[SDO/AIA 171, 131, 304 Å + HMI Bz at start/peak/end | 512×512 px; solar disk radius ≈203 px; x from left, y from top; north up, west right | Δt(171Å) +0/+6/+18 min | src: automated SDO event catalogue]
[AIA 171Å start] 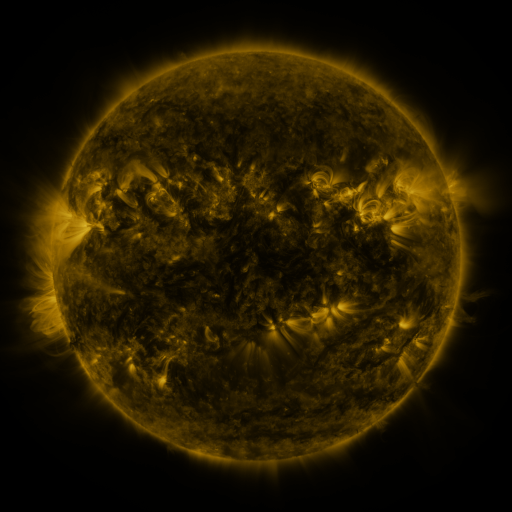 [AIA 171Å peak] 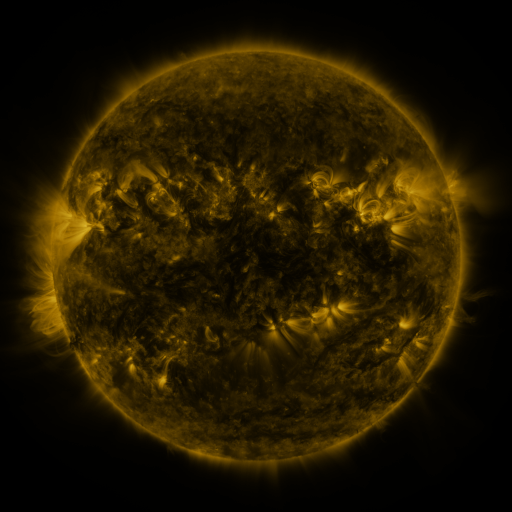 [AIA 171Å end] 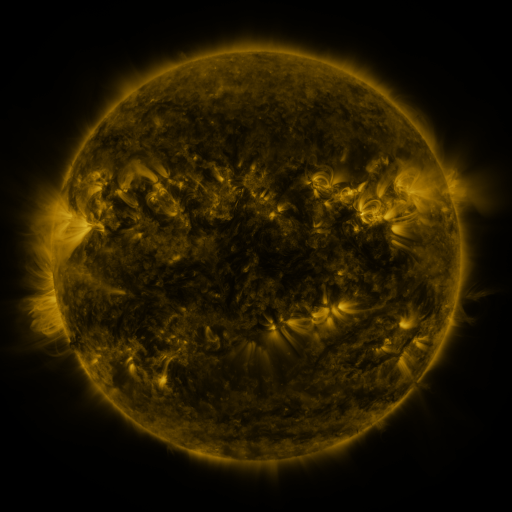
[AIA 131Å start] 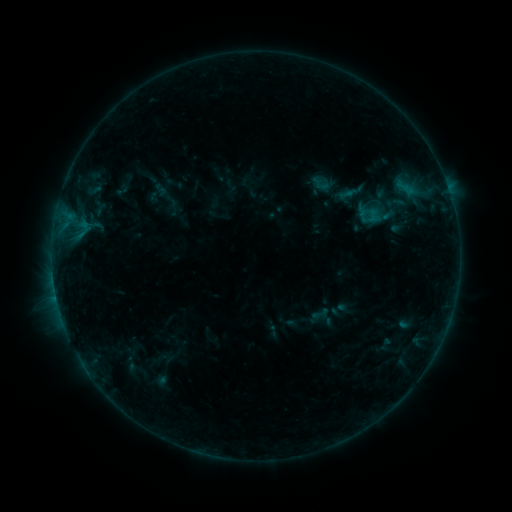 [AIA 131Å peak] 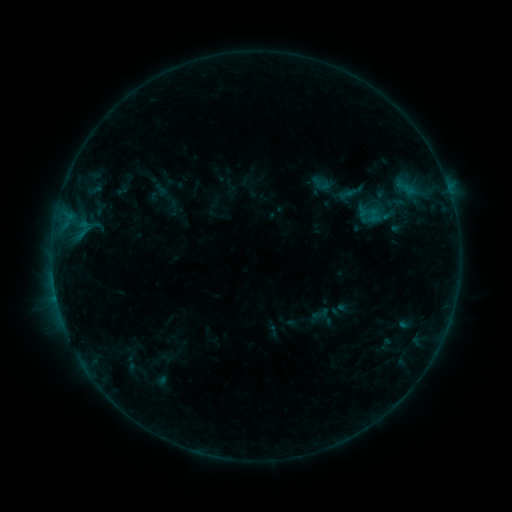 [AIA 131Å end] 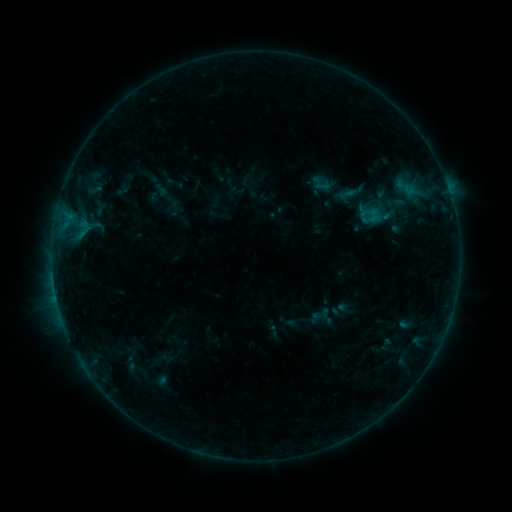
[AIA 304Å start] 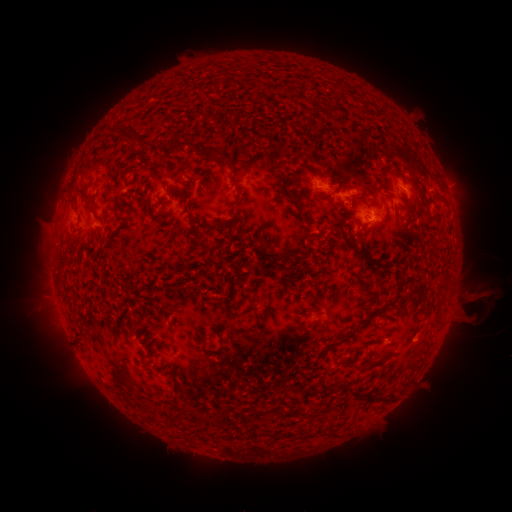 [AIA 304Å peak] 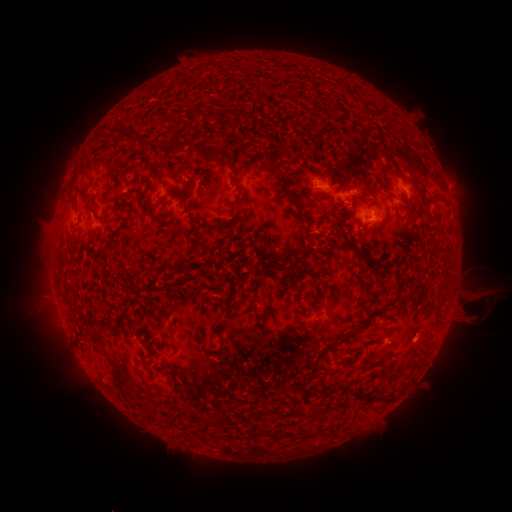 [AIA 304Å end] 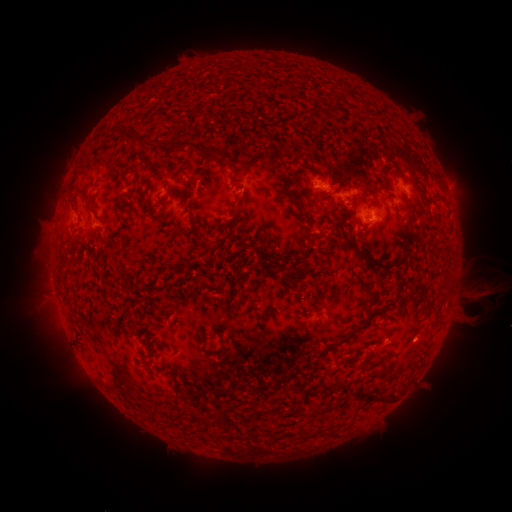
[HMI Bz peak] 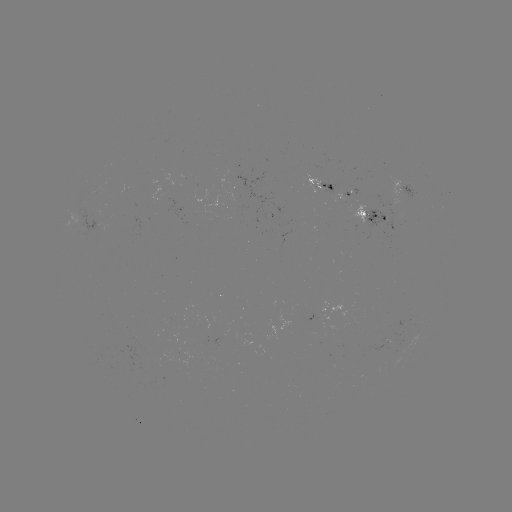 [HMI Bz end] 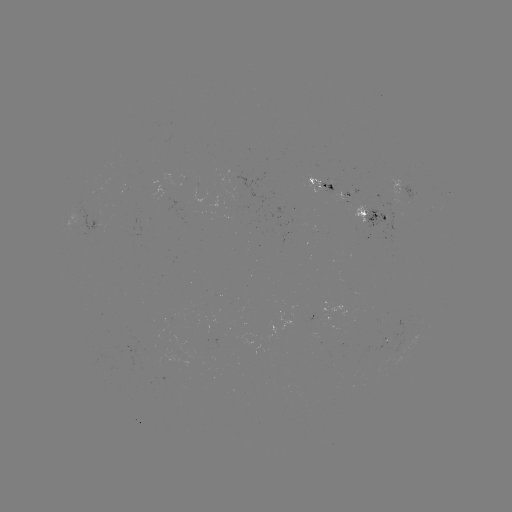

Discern eruption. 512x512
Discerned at [489, 283].